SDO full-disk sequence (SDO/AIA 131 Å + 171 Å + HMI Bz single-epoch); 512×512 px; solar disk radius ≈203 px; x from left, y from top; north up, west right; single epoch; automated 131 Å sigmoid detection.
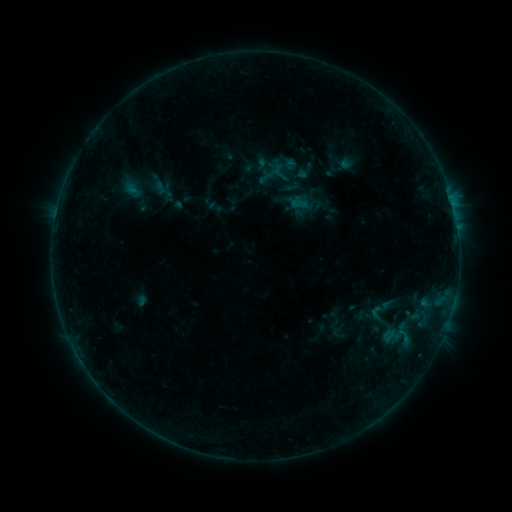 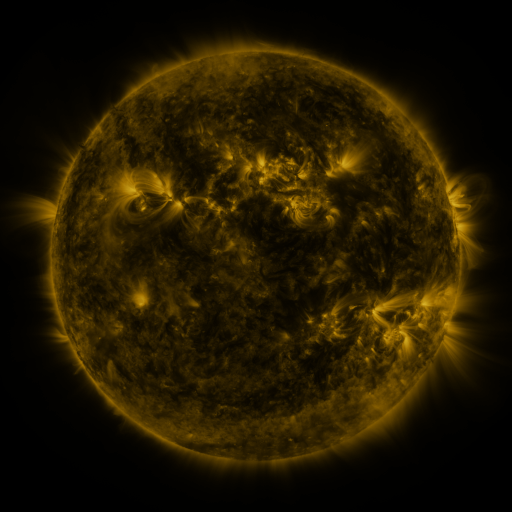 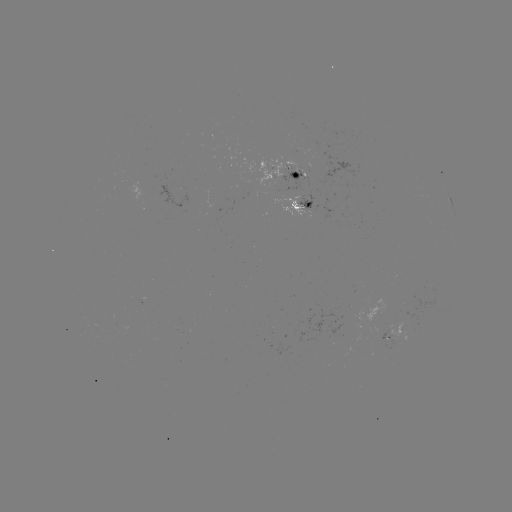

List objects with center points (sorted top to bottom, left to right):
sigmoid: [291, 196, 308, 212]
sigmoid: [367, 304, 387, 326]
